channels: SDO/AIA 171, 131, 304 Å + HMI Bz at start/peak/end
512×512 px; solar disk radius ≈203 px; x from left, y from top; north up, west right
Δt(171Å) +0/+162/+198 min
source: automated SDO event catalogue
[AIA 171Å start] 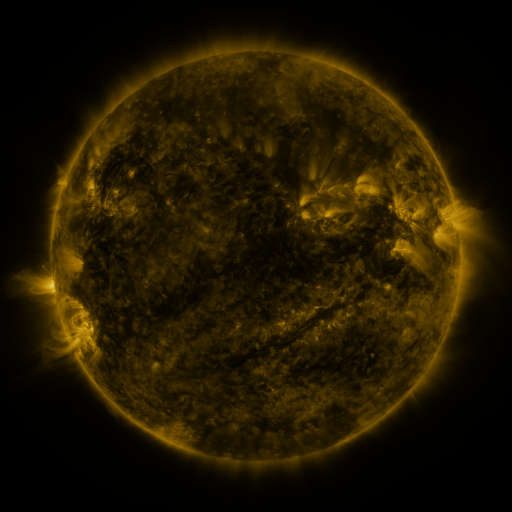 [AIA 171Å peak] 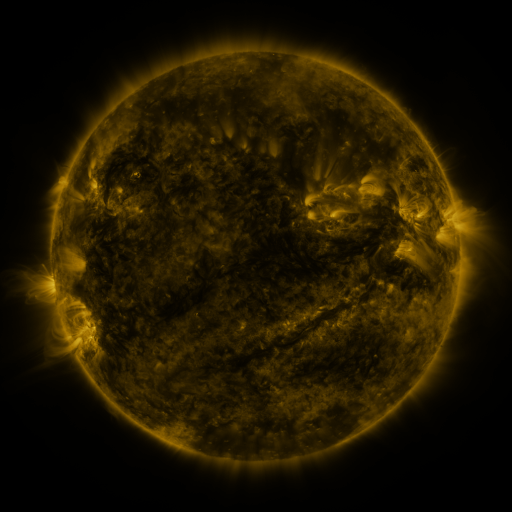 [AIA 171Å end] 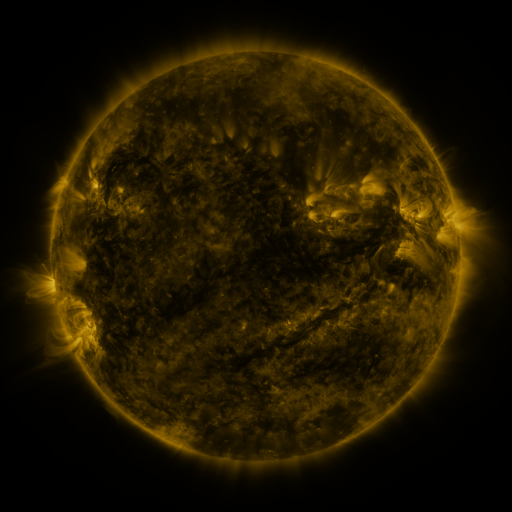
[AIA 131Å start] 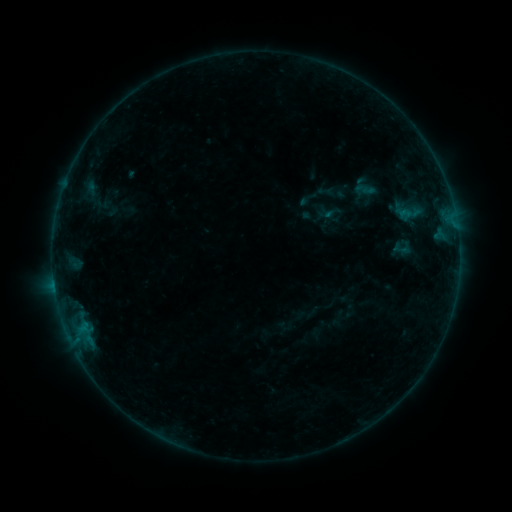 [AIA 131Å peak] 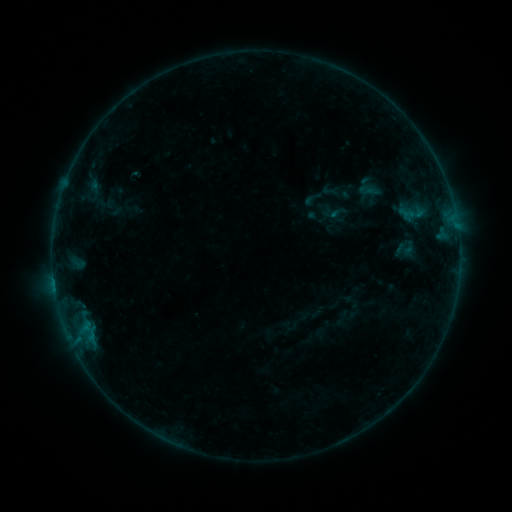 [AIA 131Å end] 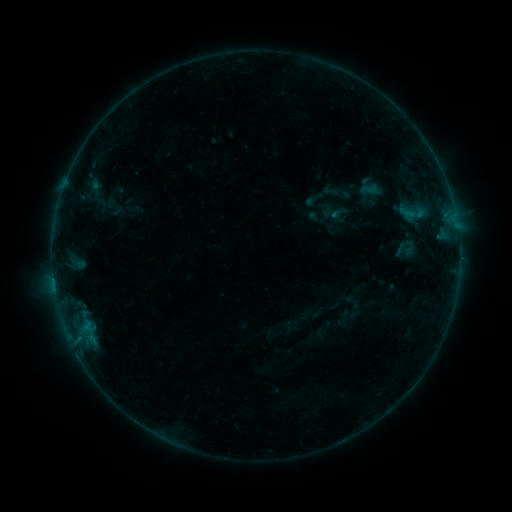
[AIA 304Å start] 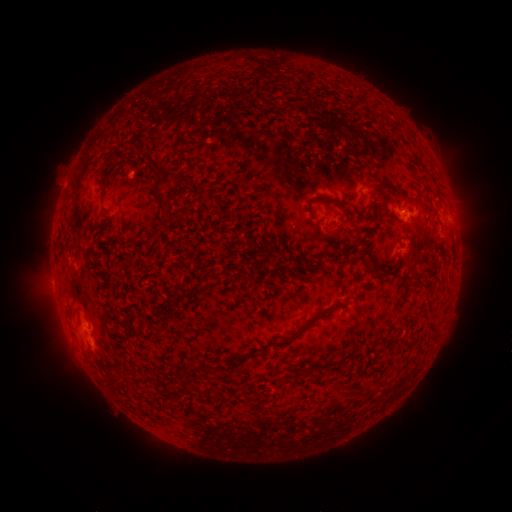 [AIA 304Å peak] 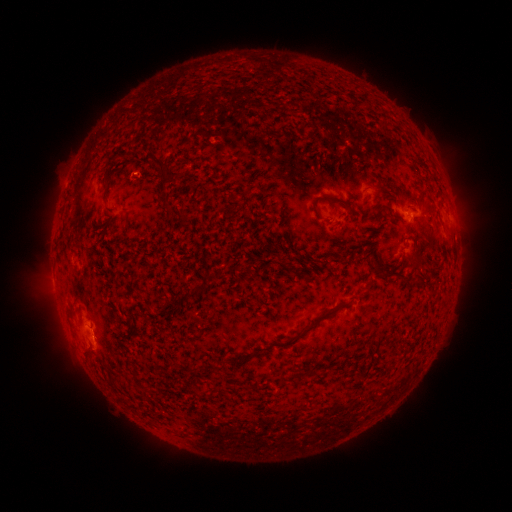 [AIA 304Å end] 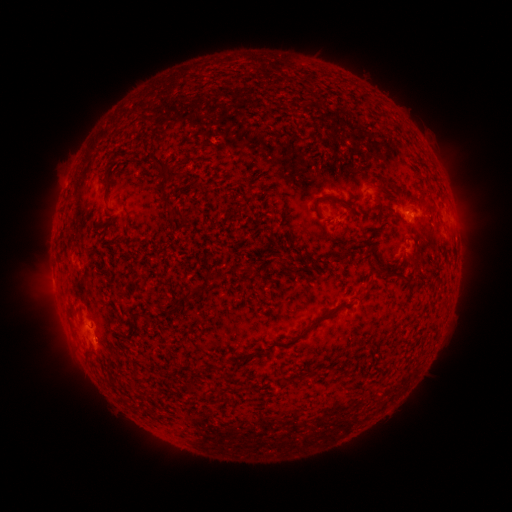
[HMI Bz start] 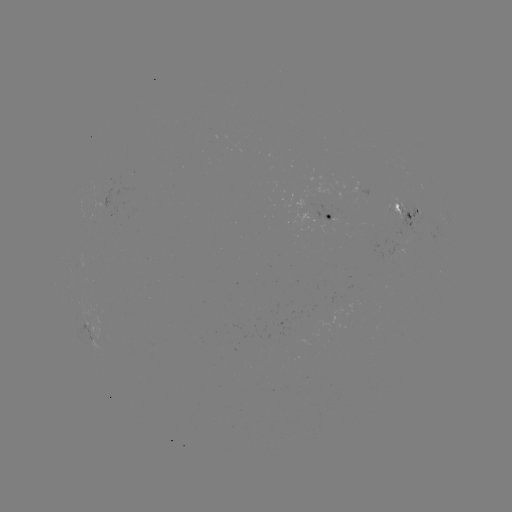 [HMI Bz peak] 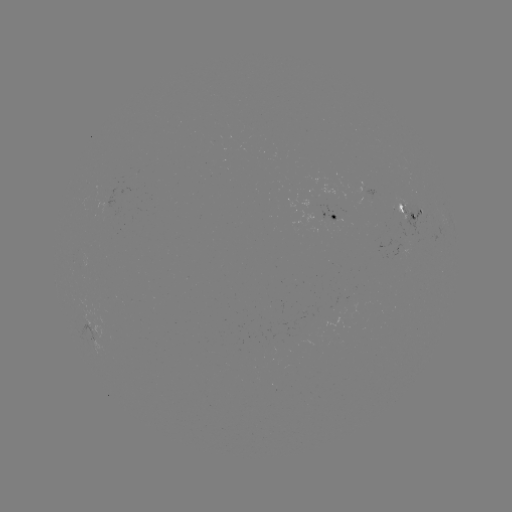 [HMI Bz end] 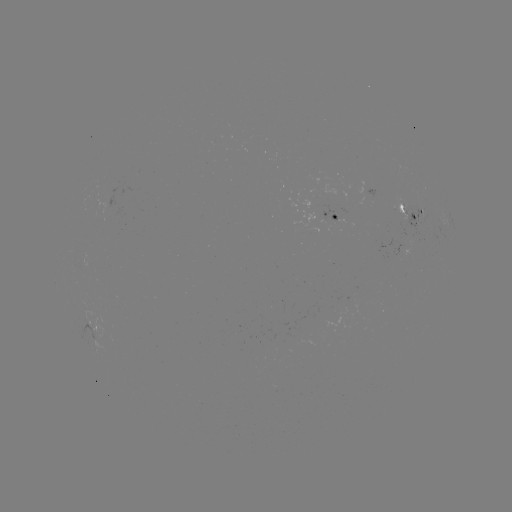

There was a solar emerging-flux region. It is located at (212, 143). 